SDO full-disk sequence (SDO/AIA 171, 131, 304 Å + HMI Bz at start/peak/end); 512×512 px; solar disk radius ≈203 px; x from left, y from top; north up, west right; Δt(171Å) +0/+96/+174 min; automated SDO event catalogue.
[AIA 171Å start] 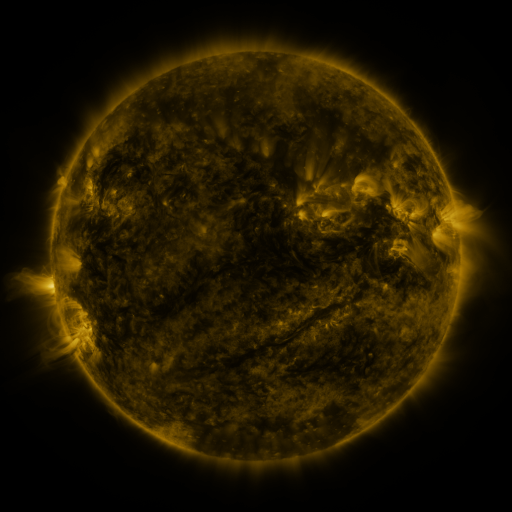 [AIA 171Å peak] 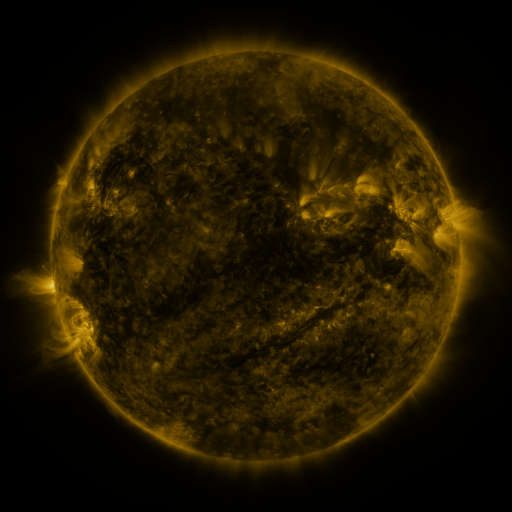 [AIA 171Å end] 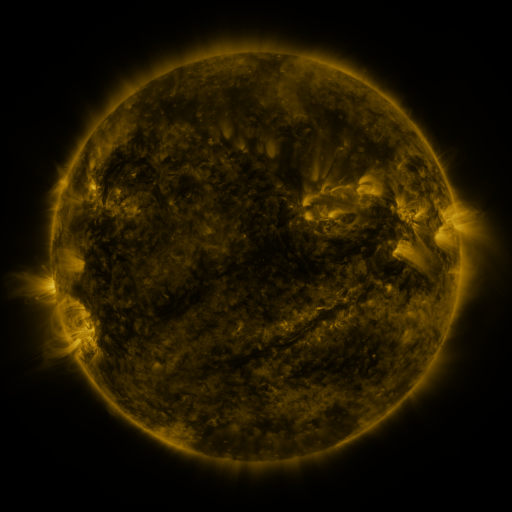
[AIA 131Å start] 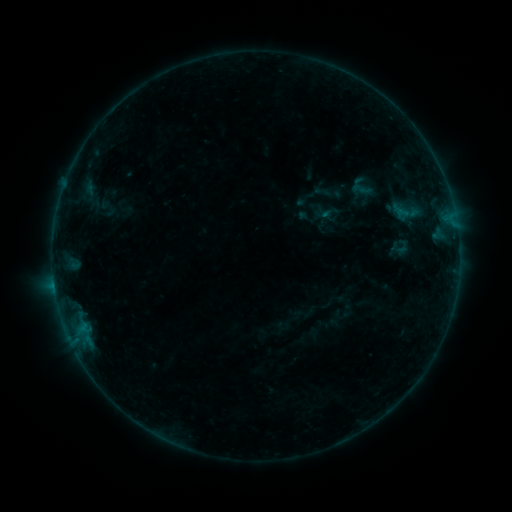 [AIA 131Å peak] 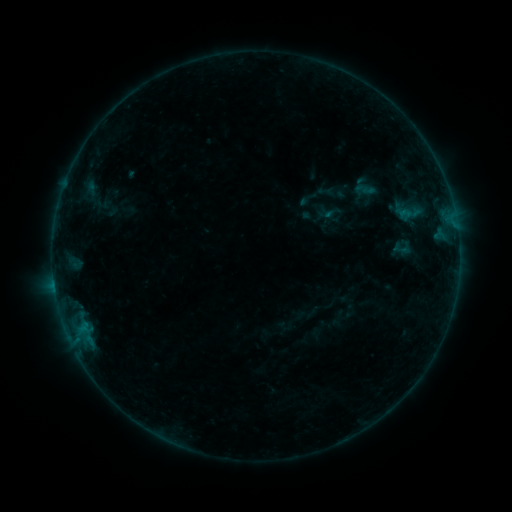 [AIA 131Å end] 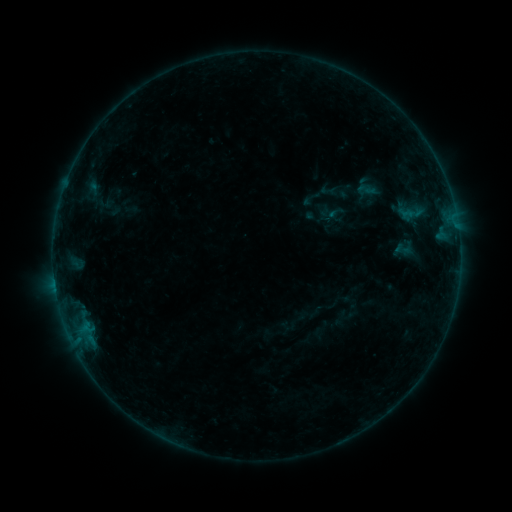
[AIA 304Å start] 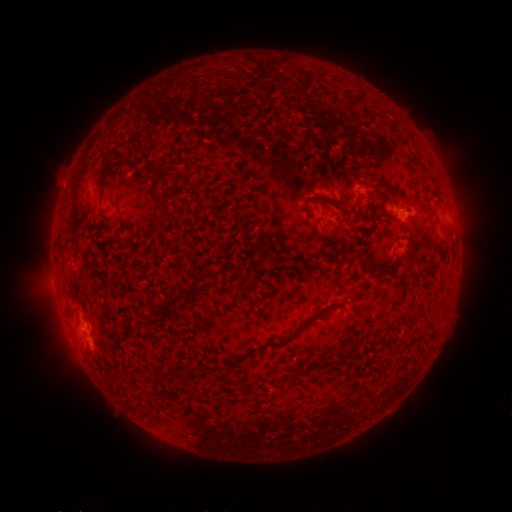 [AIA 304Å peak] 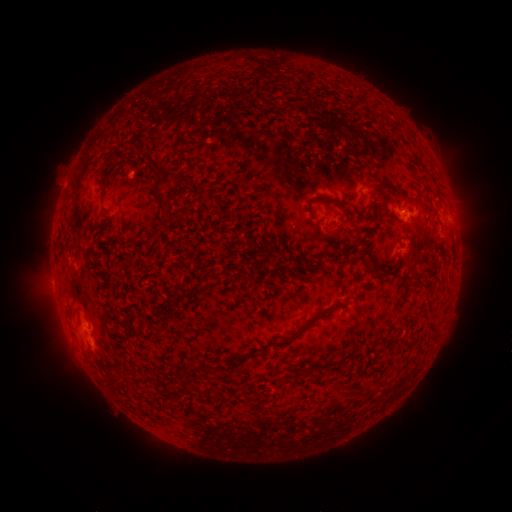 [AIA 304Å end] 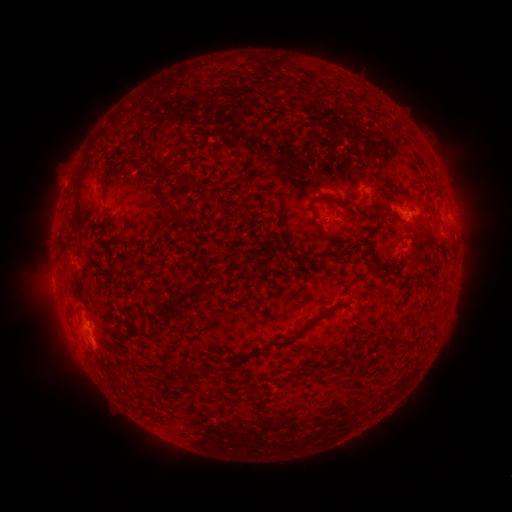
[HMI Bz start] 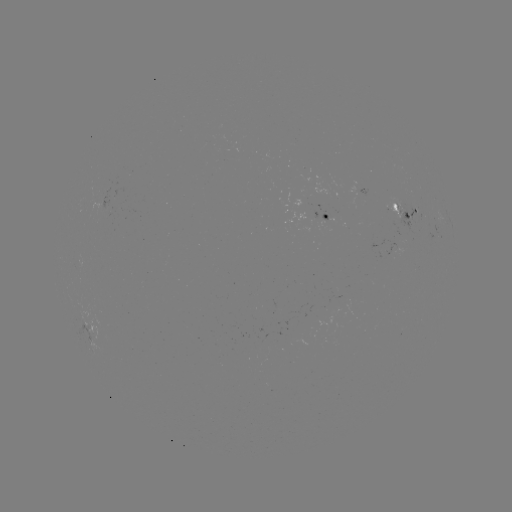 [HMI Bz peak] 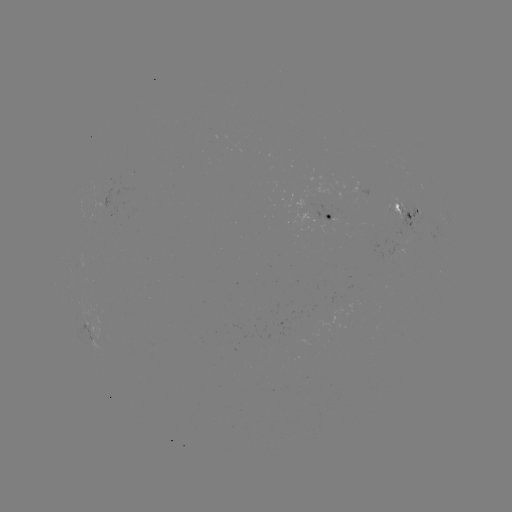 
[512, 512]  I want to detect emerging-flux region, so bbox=[349, 181, 360, 194].